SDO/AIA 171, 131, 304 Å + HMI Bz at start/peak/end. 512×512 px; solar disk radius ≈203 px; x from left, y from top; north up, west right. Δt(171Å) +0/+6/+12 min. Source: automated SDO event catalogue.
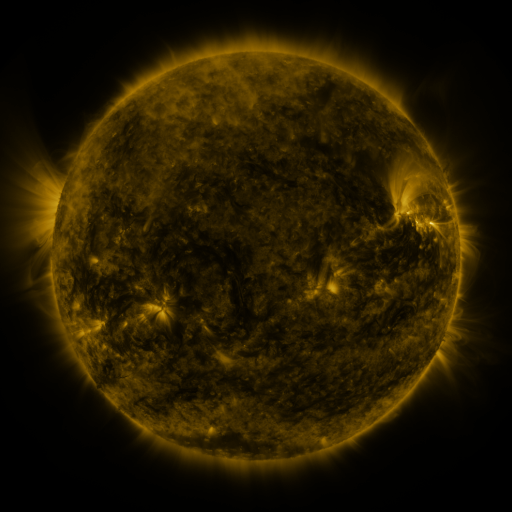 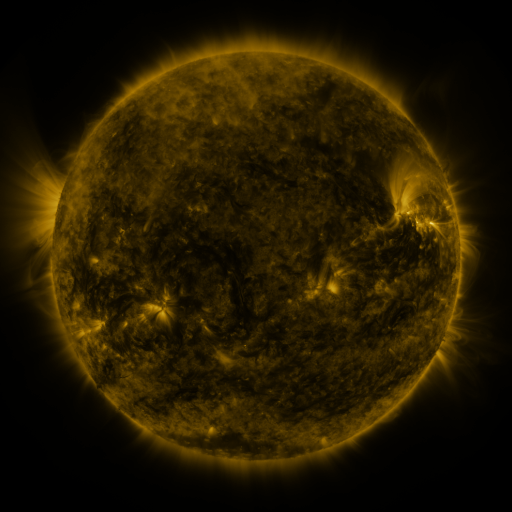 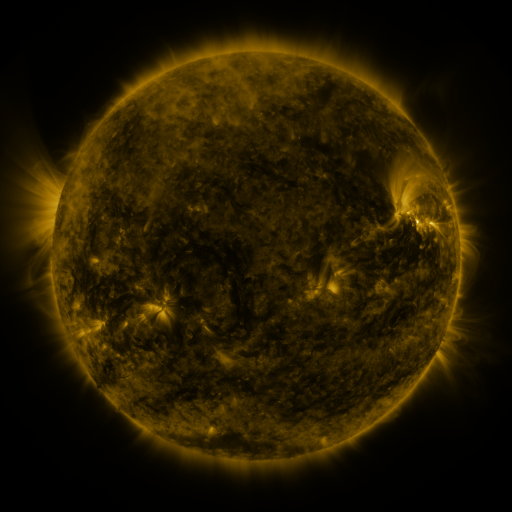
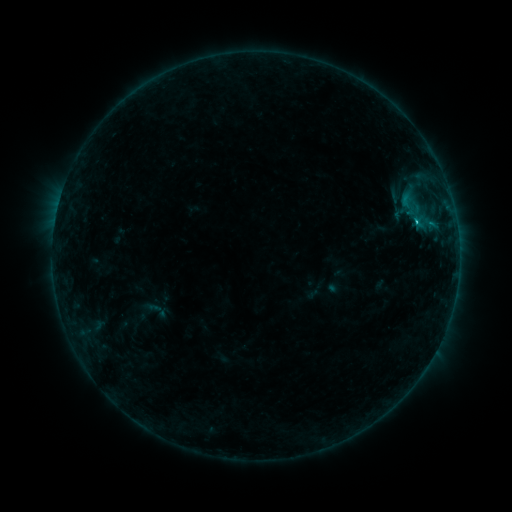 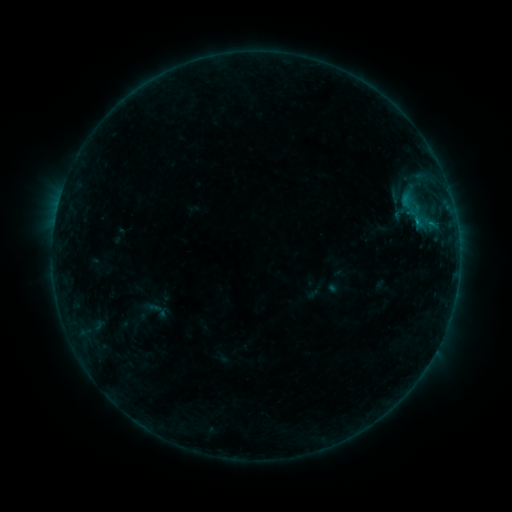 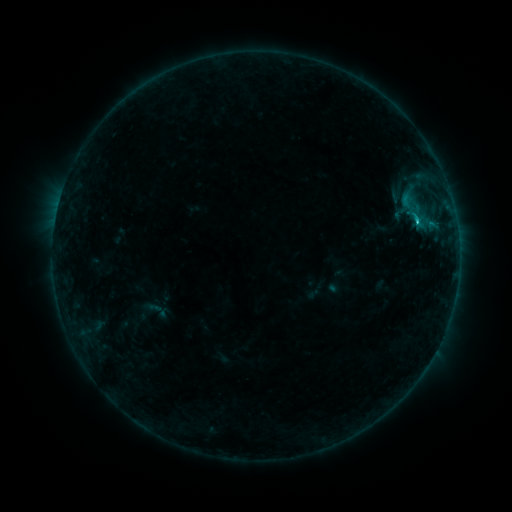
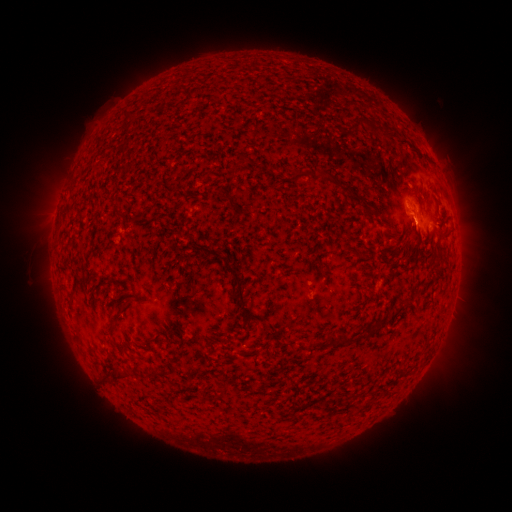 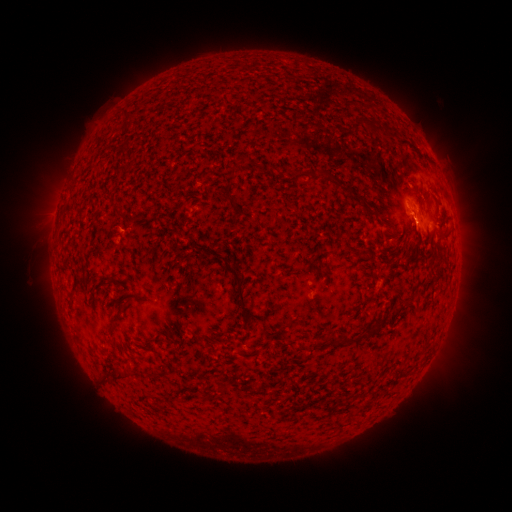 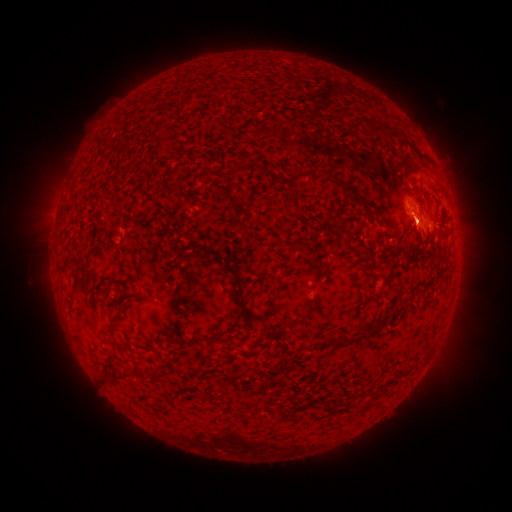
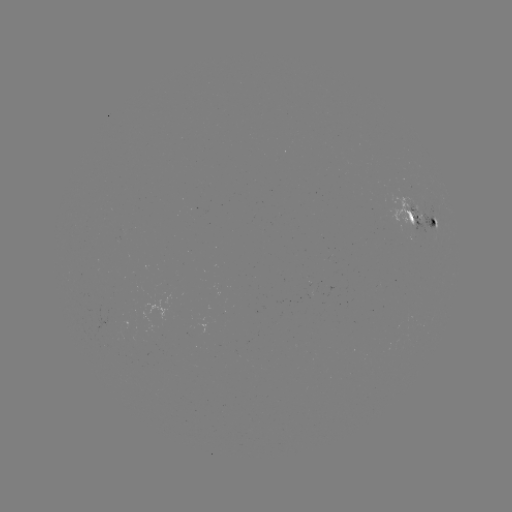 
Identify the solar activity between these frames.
C1.5 flare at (415, 221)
